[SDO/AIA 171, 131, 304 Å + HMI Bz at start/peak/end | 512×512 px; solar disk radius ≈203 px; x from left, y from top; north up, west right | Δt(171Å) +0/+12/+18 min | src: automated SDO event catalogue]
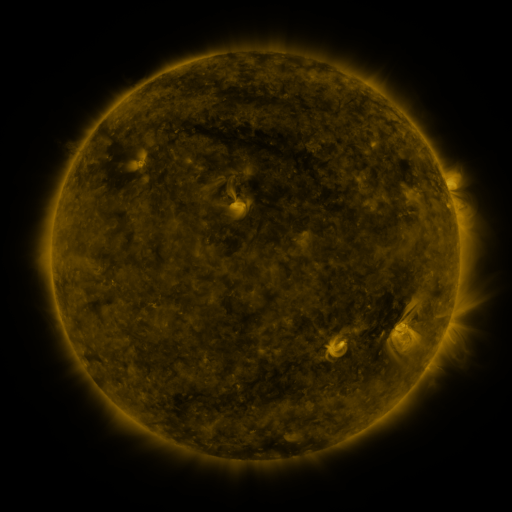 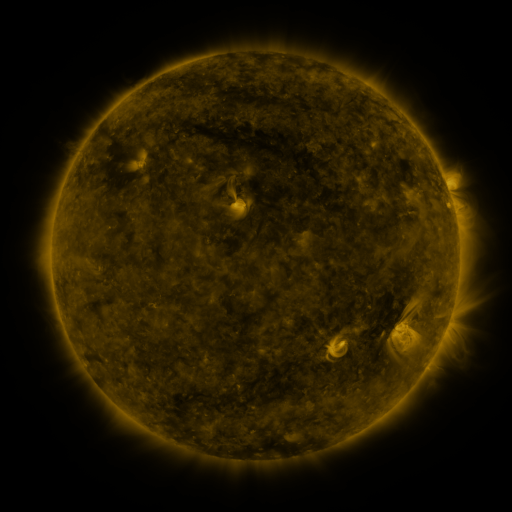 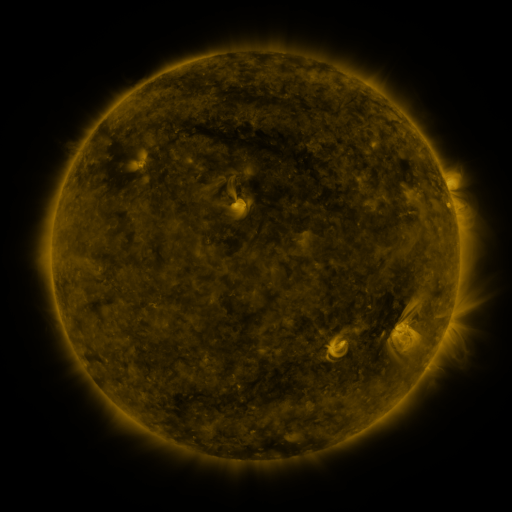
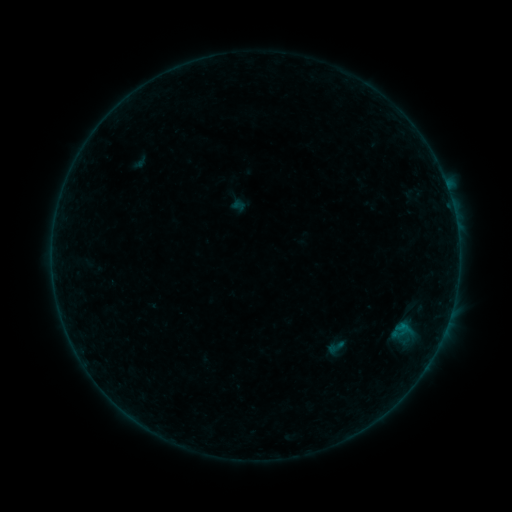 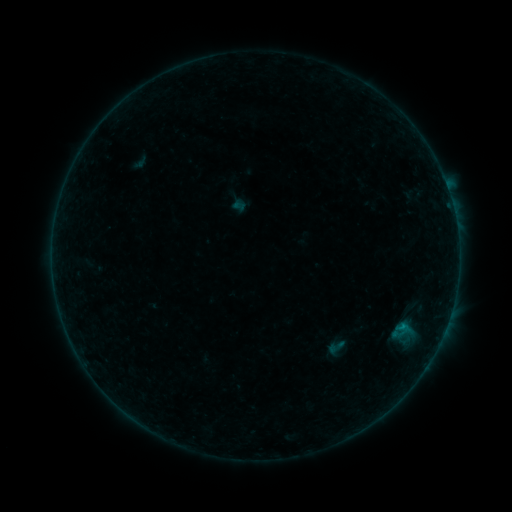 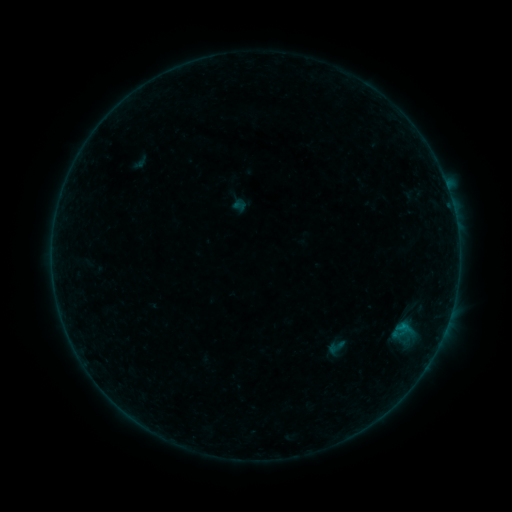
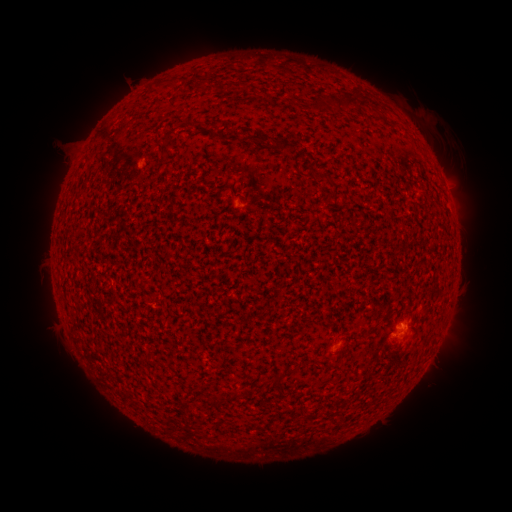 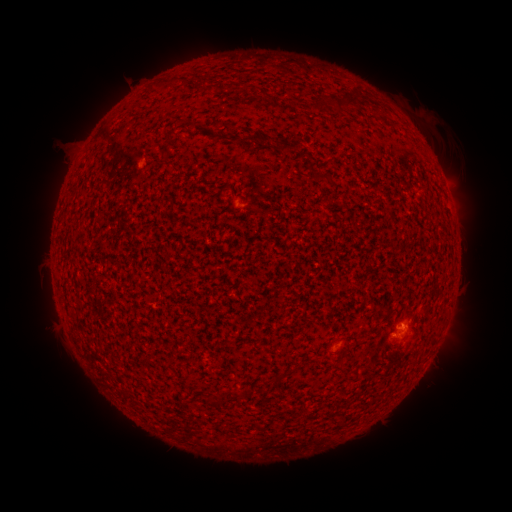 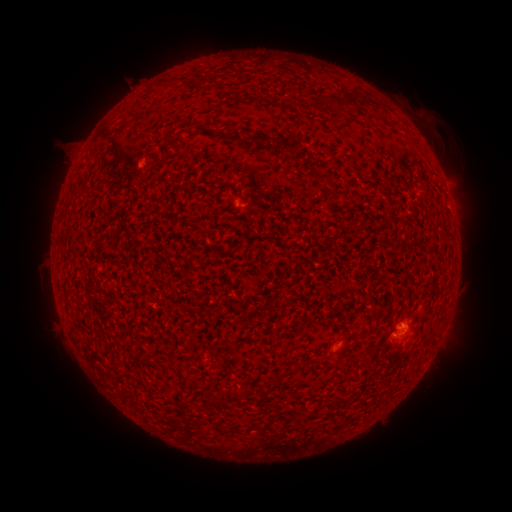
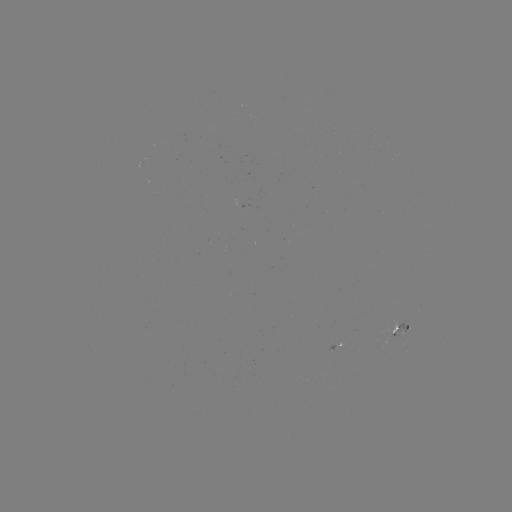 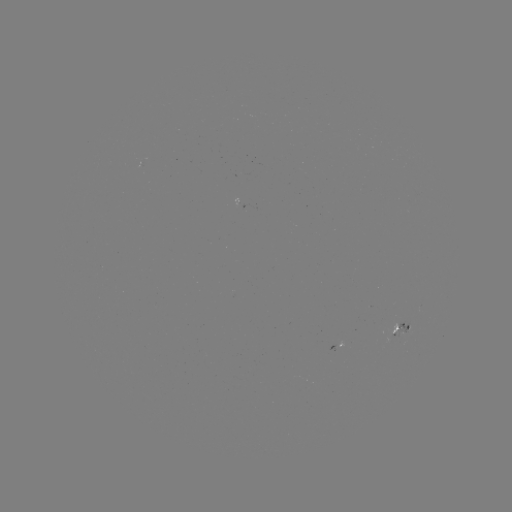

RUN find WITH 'B1.8 flare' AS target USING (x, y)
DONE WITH (242, 204) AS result